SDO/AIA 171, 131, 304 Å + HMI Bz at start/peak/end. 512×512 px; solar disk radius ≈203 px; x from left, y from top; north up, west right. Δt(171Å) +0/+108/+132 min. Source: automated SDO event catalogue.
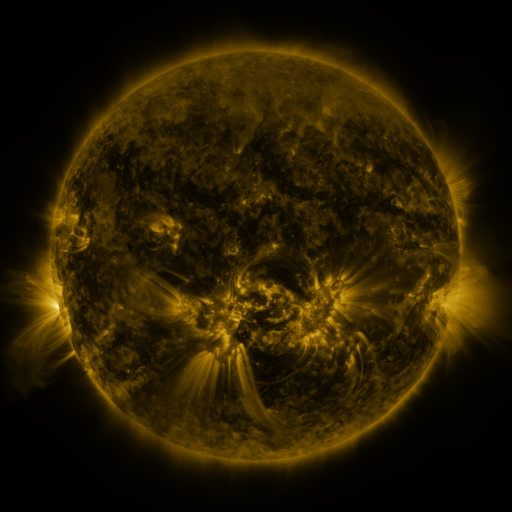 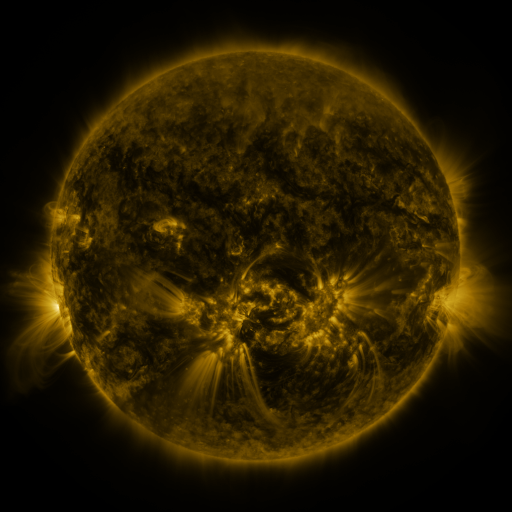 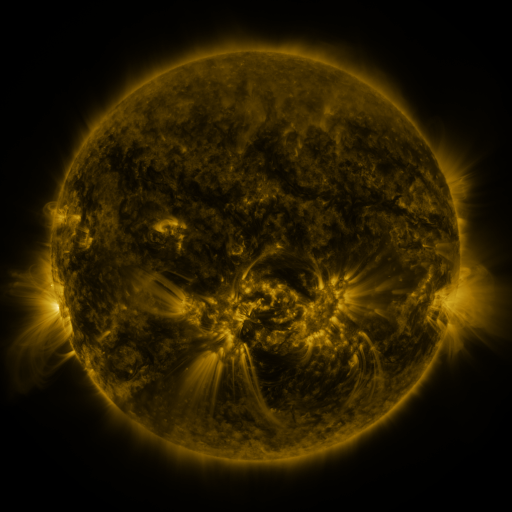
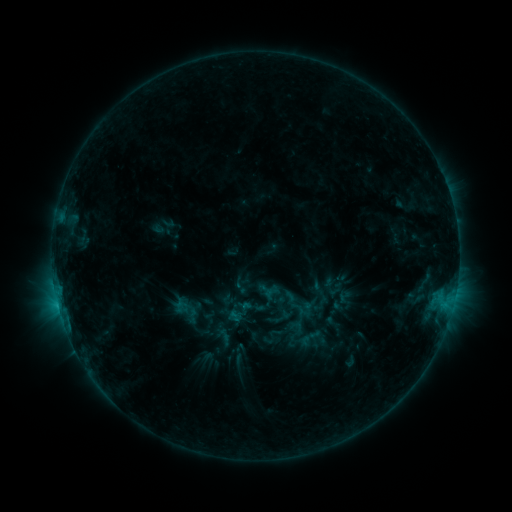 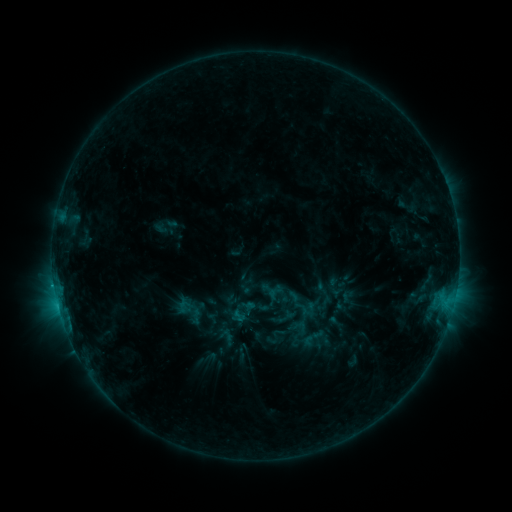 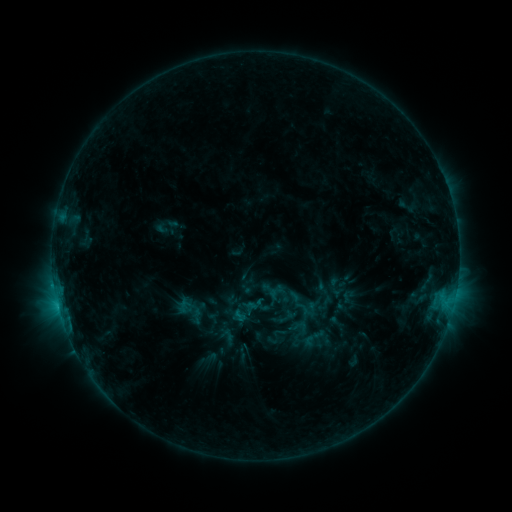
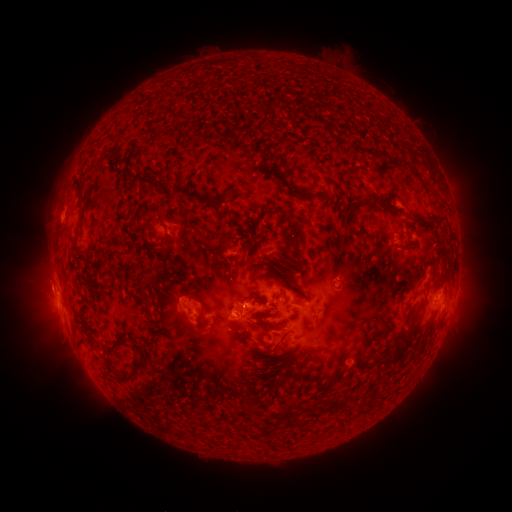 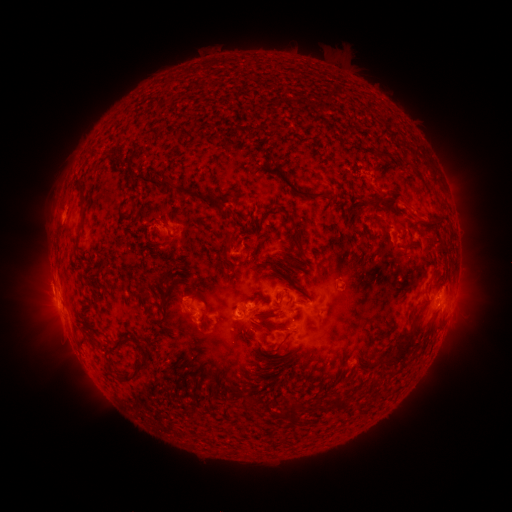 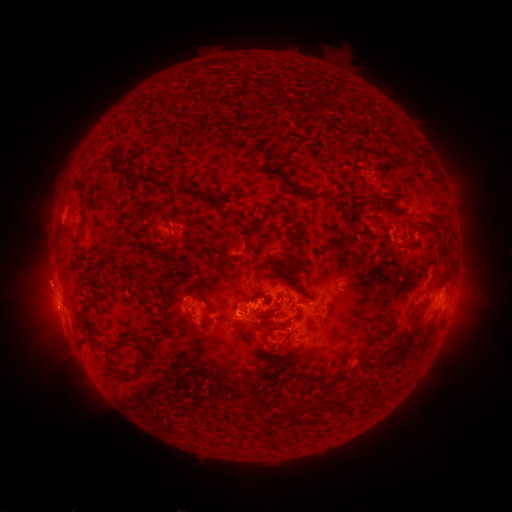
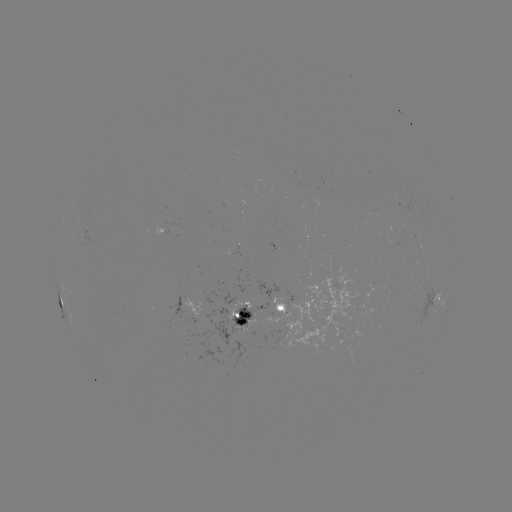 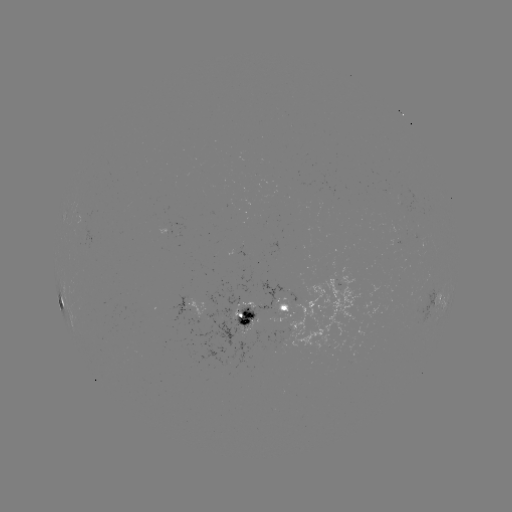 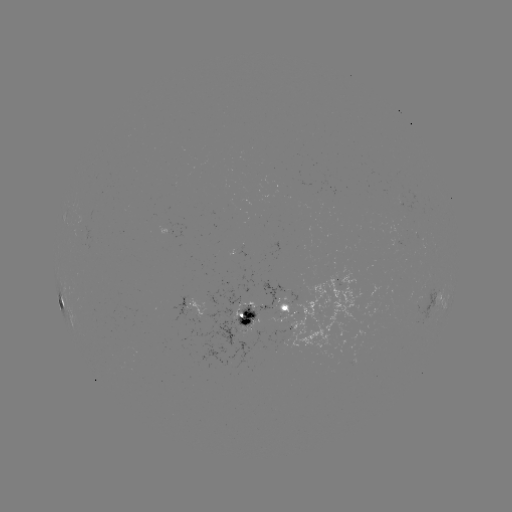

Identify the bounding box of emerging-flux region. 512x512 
[285, 266, 361, 355].